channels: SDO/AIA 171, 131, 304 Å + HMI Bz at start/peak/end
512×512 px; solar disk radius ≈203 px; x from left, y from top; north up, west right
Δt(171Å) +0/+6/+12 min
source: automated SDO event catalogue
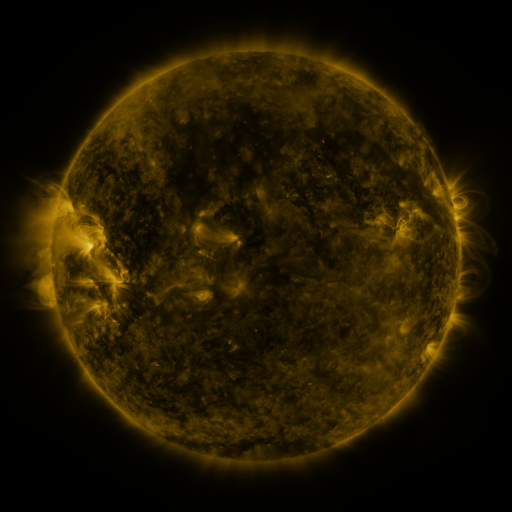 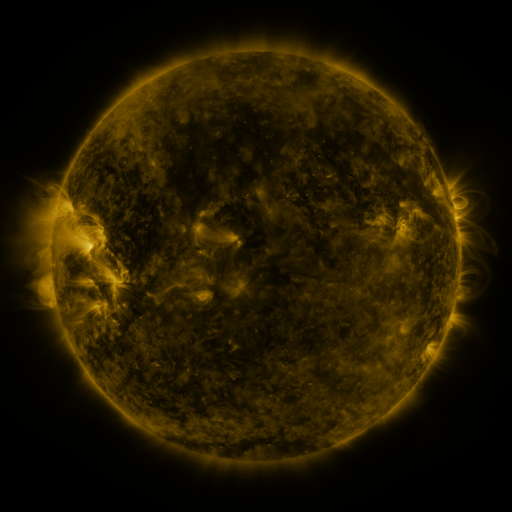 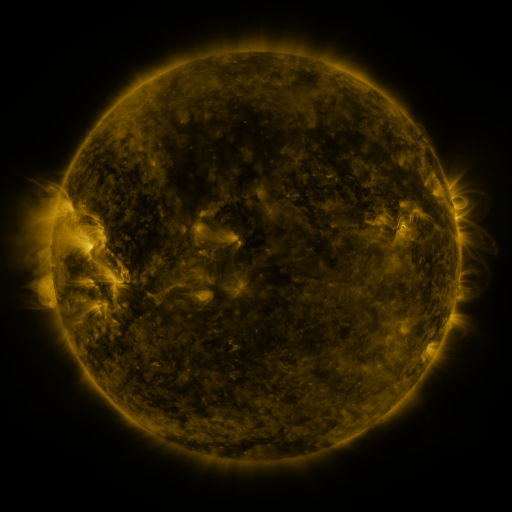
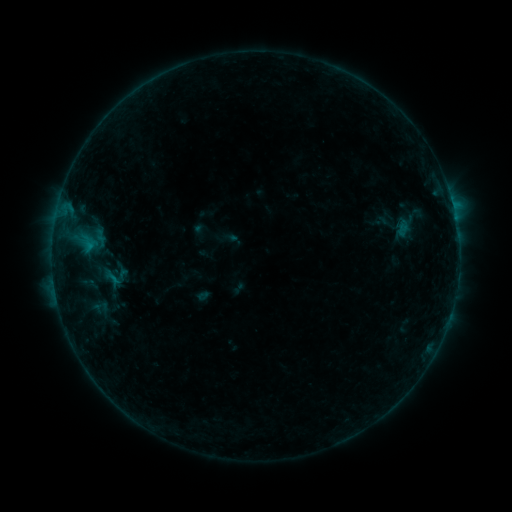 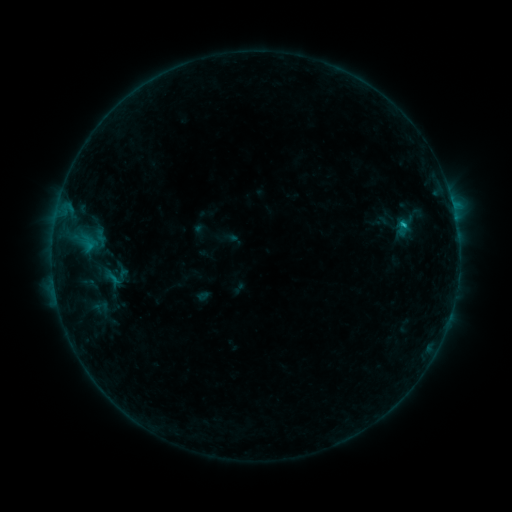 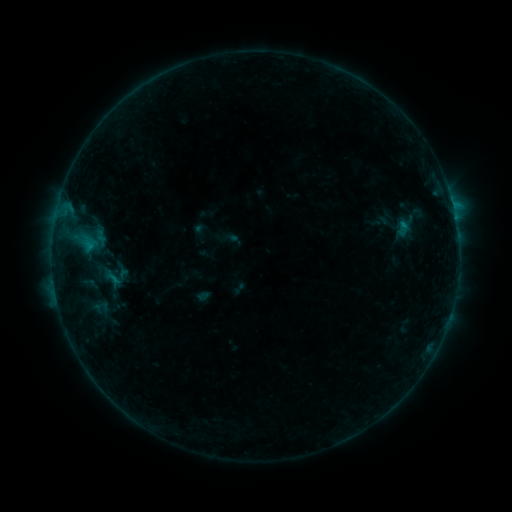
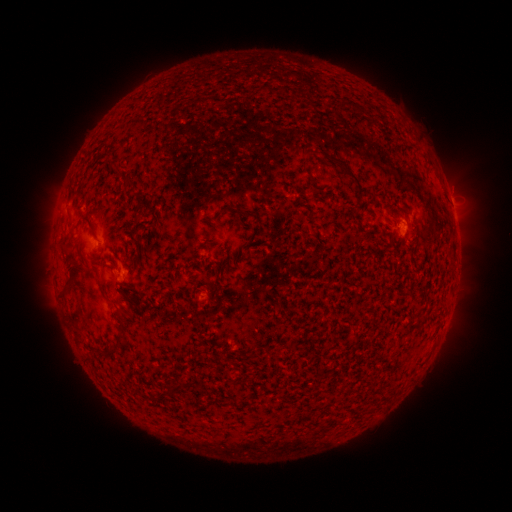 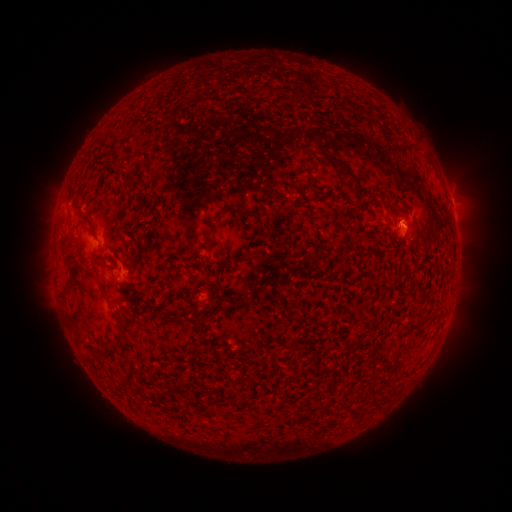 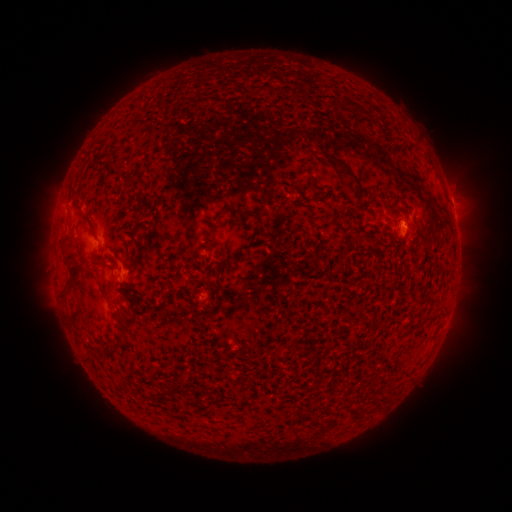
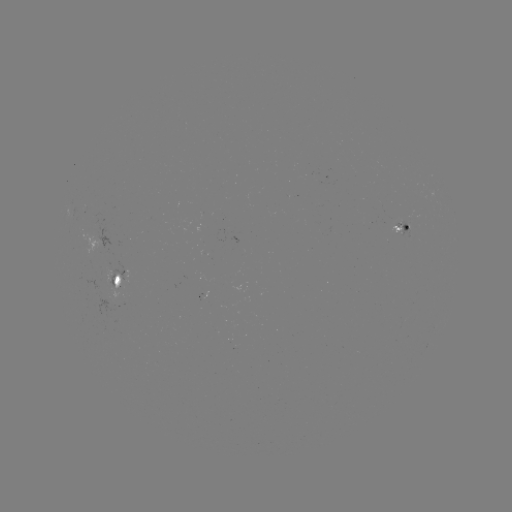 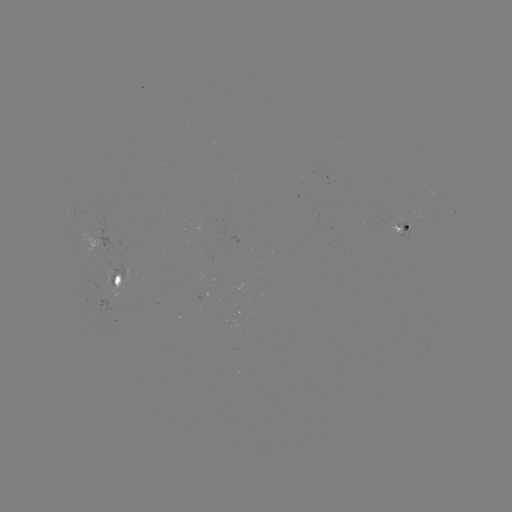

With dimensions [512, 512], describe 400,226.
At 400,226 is B5.0 flare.